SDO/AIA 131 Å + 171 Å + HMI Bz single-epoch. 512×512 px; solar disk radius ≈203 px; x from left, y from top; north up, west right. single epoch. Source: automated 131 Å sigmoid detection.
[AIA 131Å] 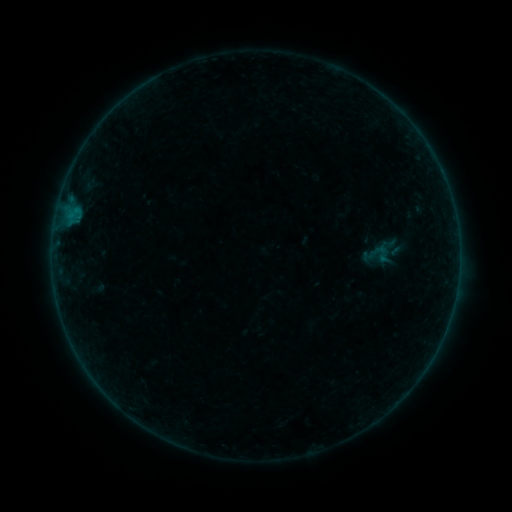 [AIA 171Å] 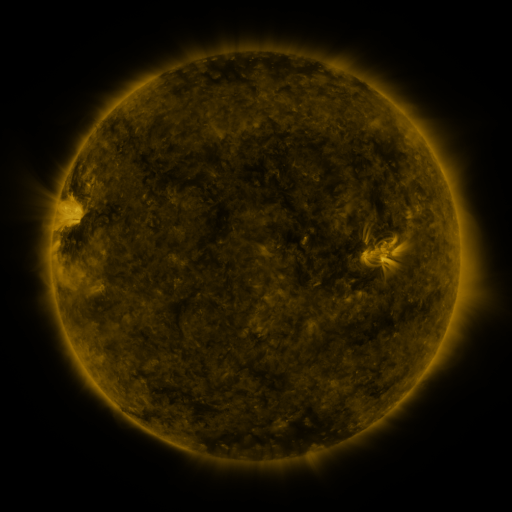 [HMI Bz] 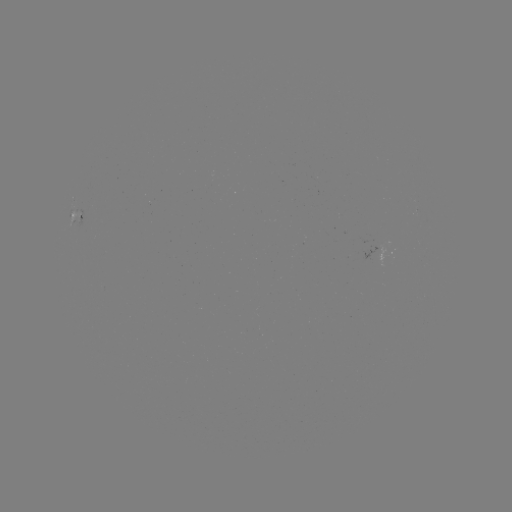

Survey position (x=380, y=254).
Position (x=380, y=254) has sigmoid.